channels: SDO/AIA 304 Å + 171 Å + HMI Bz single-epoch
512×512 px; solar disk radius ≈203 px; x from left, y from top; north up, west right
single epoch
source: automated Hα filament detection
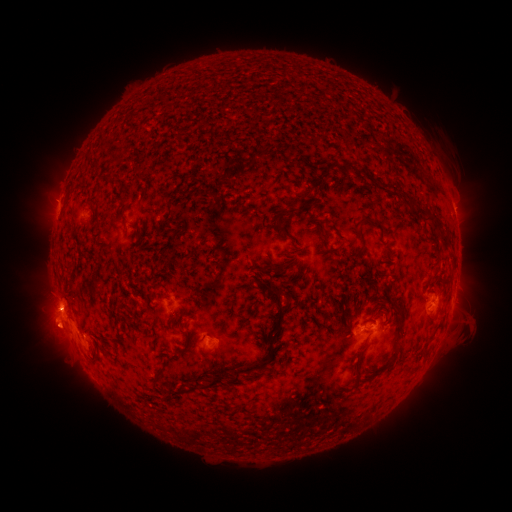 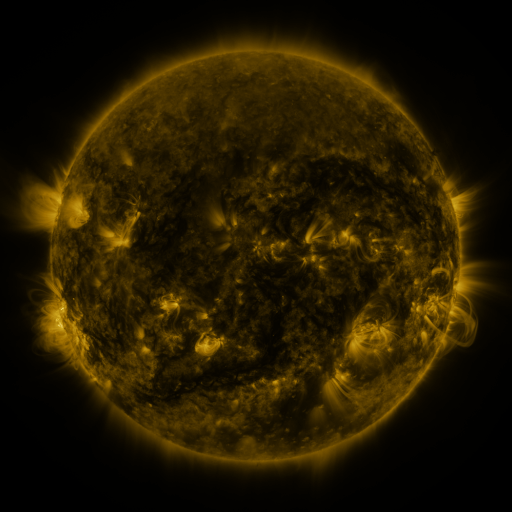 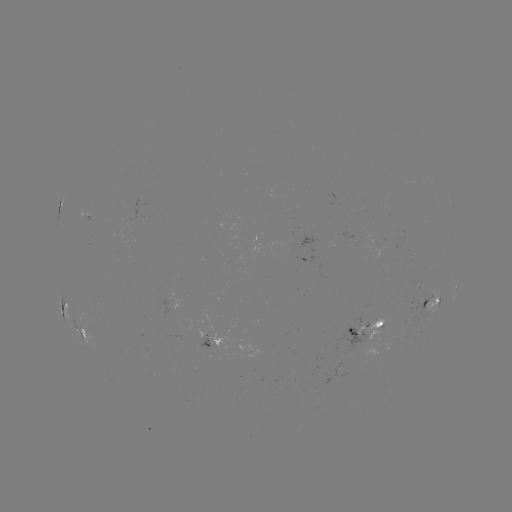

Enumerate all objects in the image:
filament: (325, 169)
filament: (302, 198)
filament: (412, 209)
filament: (168, 210)
filament: (365, 218)
filament: (432, 218)
filament: (279, 226)
filament: (323, 235)
filament: (361, 237)
filament: (446, 241)
filament: (278, 300)
filament: (176, 323)
filament: (400, 324)
filament: (189, 346)
filament: (359, 352)
filament: (392, 363)
filament: (249, 371)
filament: (157, 376)
filament: (206, 387)
